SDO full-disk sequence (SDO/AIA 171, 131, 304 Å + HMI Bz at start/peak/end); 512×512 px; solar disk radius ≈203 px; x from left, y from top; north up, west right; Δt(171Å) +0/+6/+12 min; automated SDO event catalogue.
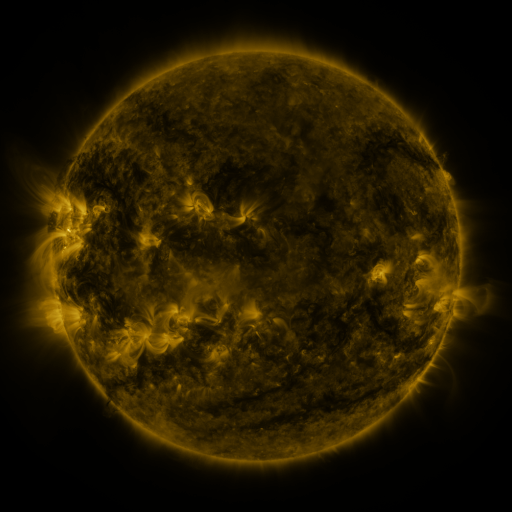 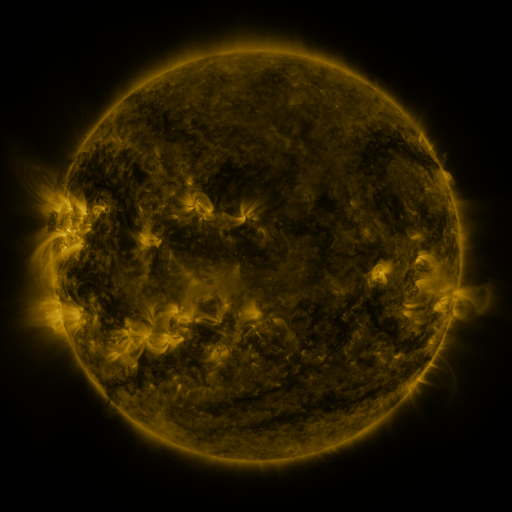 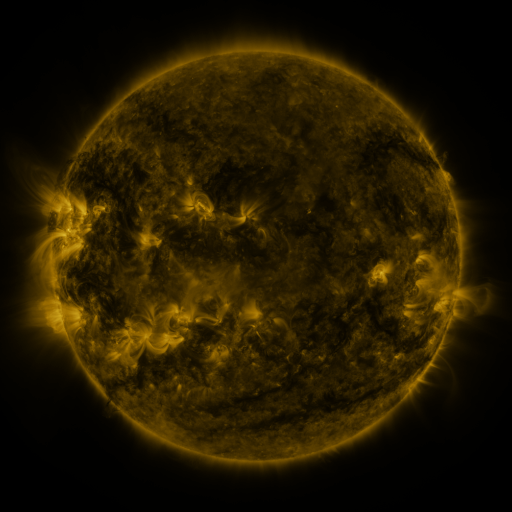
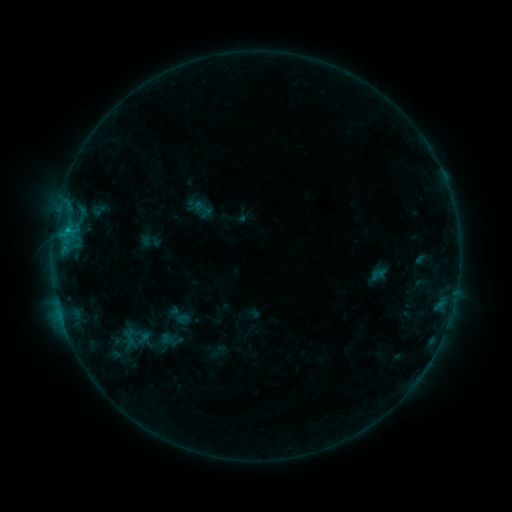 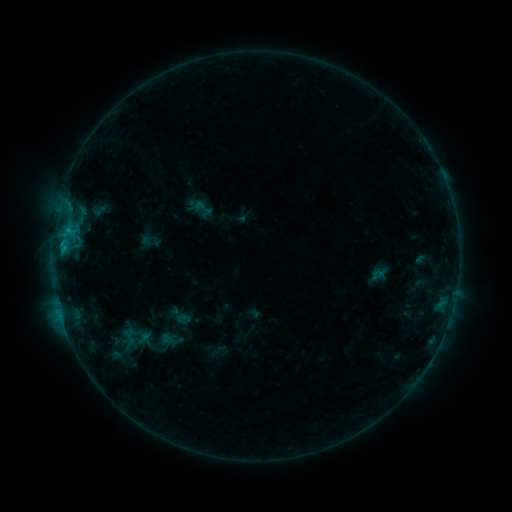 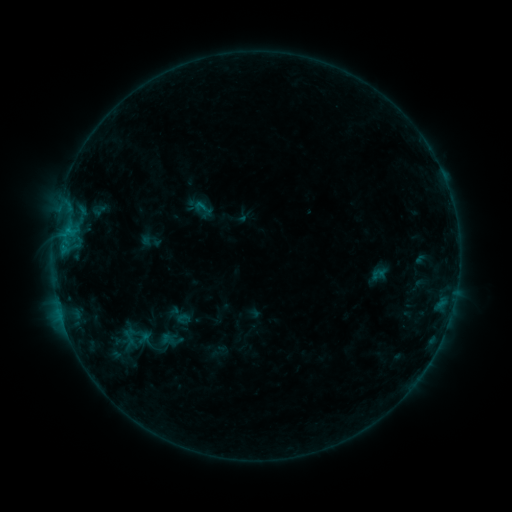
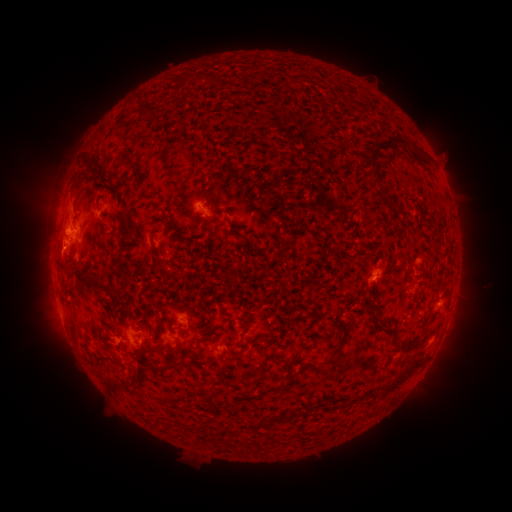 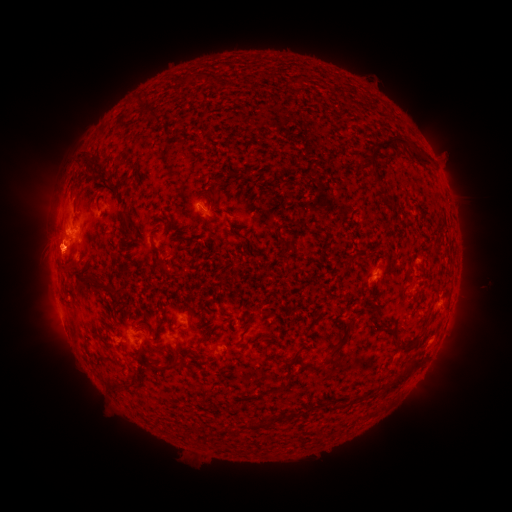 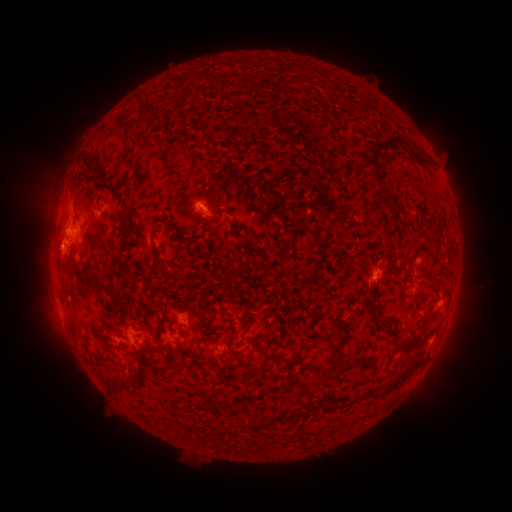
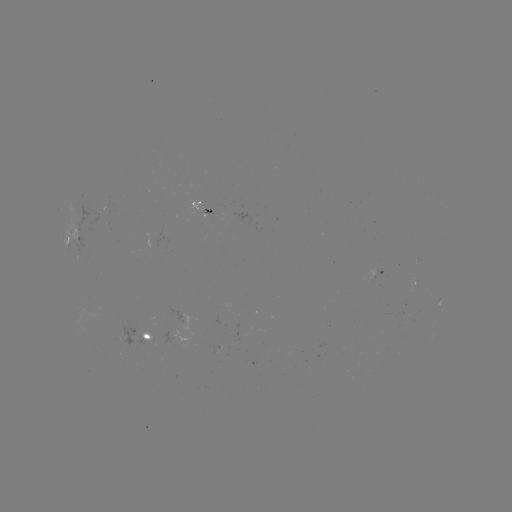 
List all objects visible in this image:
B8.3 flare: (64, 250)
